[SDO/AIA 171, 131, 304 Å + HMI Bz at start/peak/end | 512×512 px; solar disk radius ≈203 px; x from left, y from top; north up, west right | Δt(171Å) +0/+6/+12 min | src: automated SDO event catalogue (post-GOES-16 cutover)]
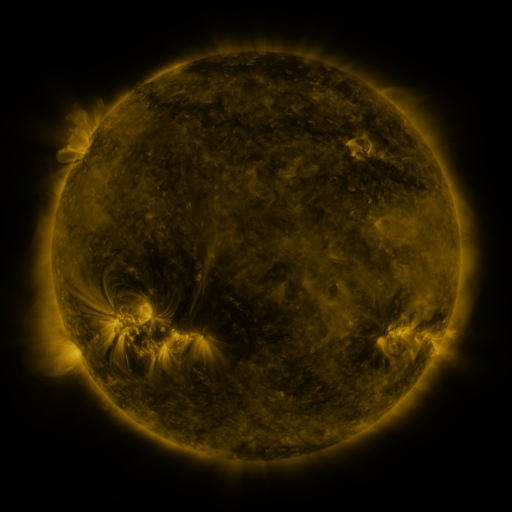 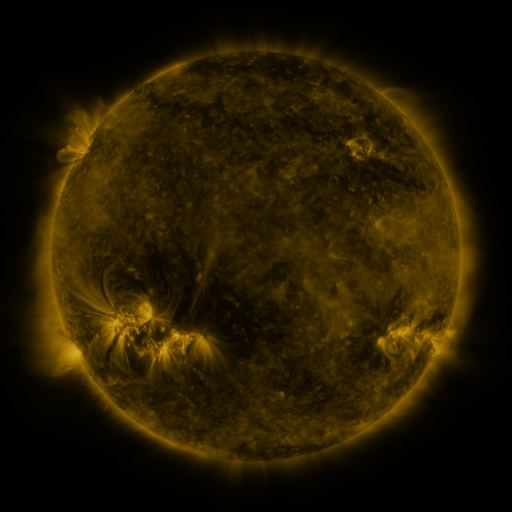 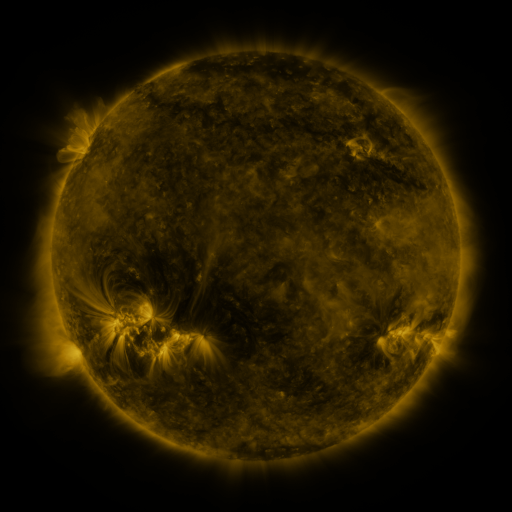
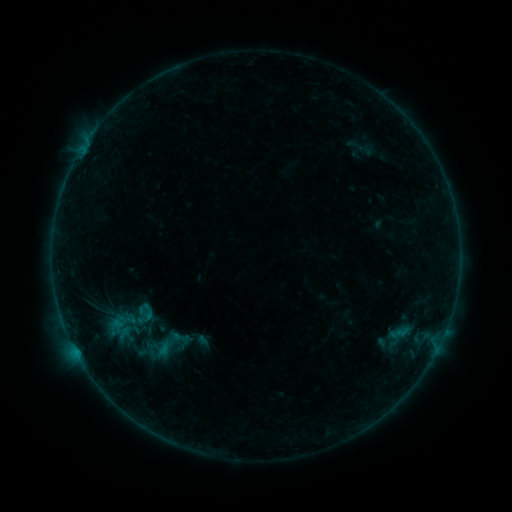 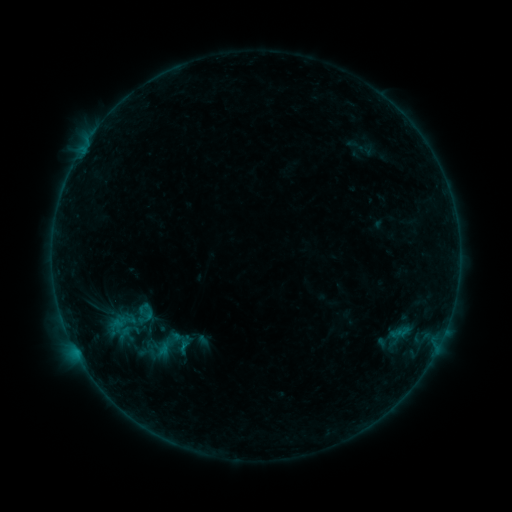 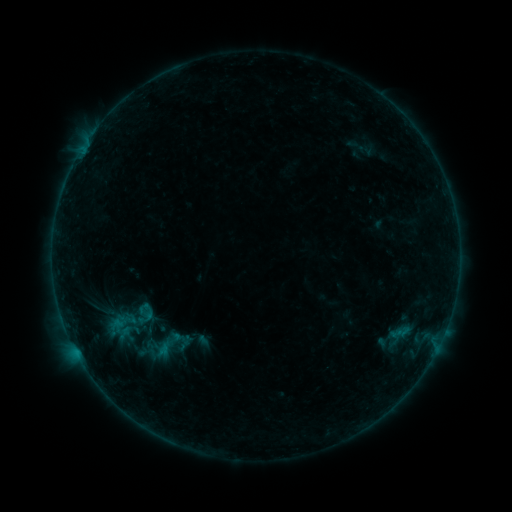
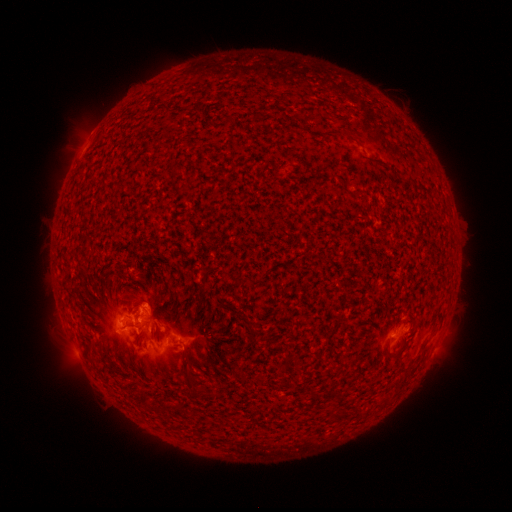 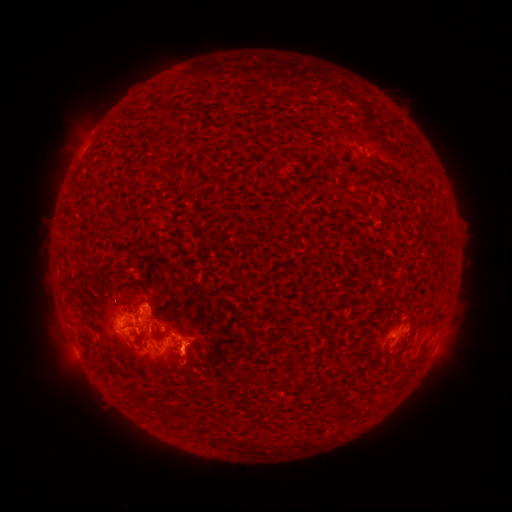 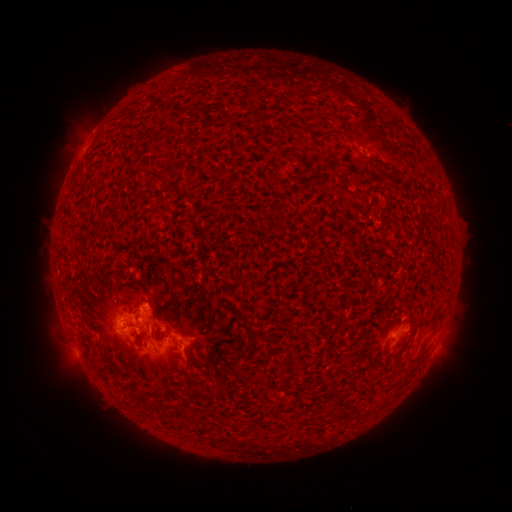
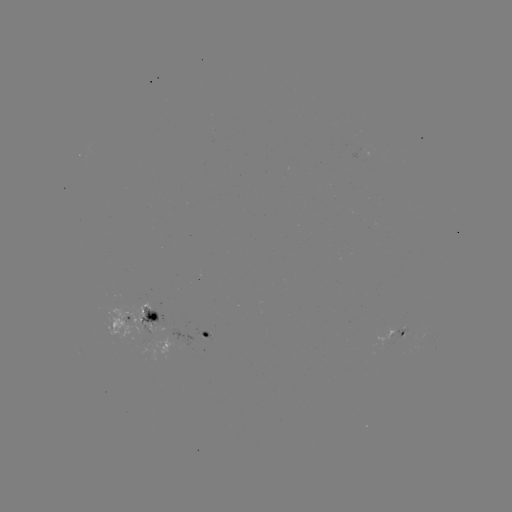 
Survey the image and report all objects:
eruption: (187, 361)
